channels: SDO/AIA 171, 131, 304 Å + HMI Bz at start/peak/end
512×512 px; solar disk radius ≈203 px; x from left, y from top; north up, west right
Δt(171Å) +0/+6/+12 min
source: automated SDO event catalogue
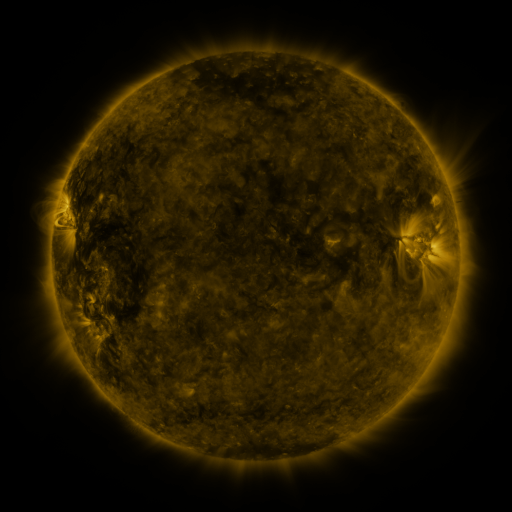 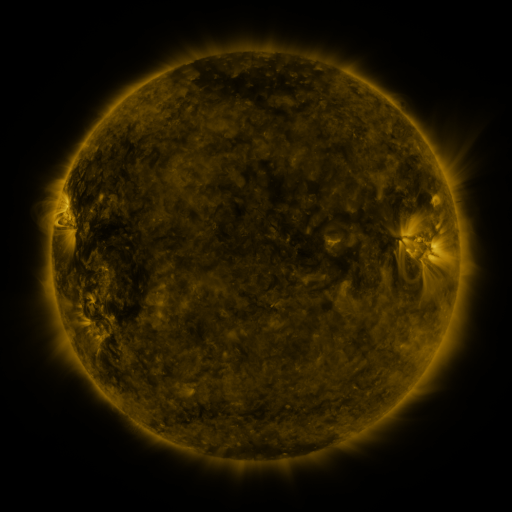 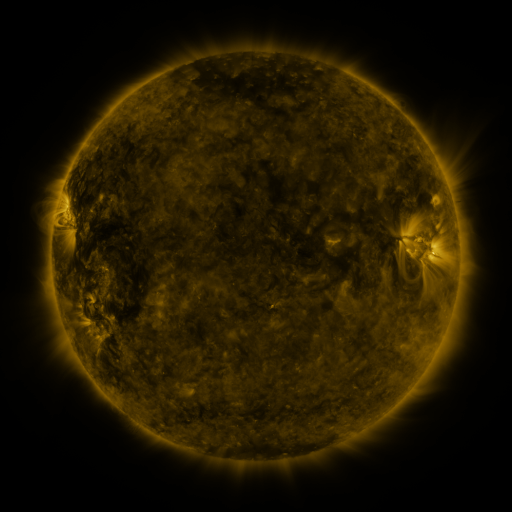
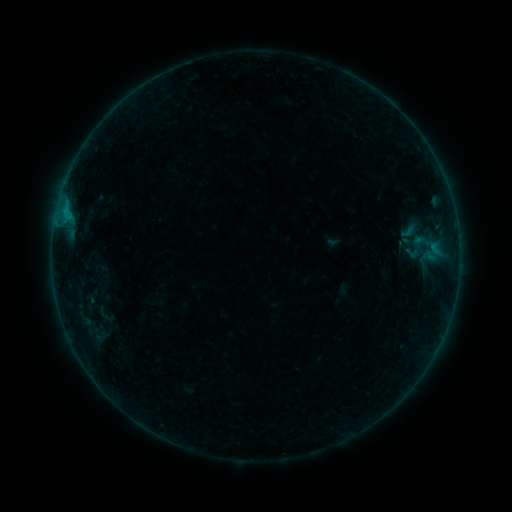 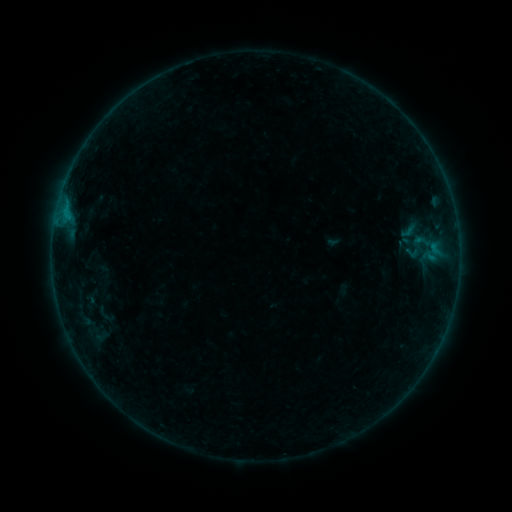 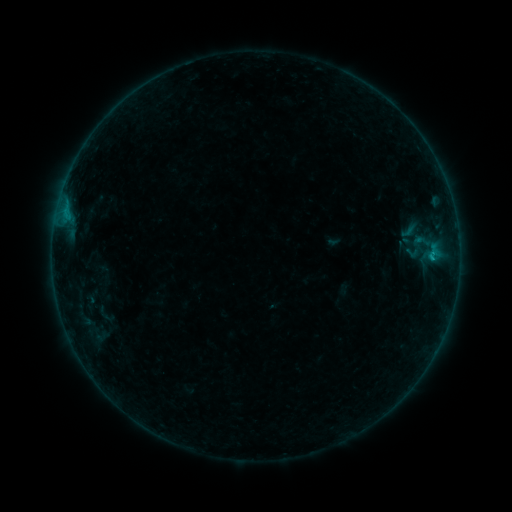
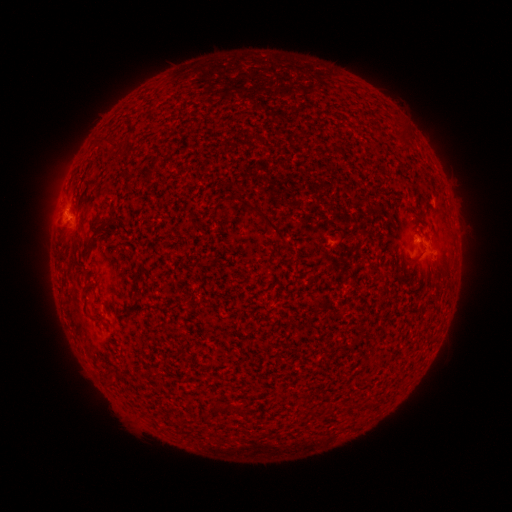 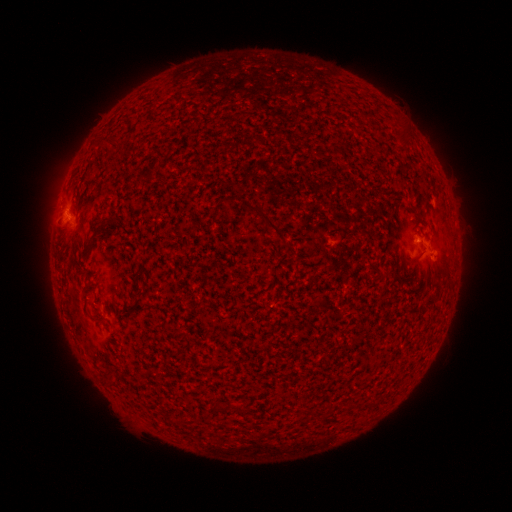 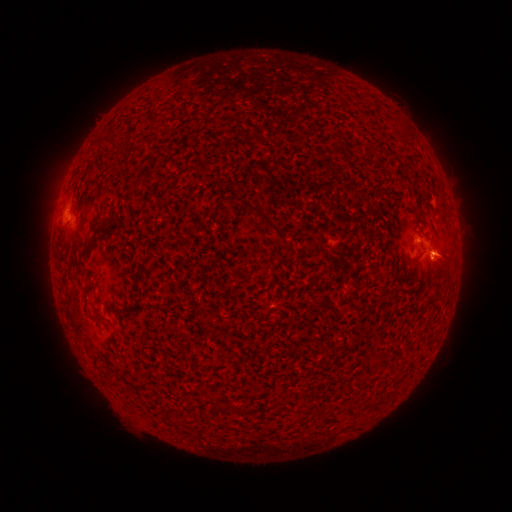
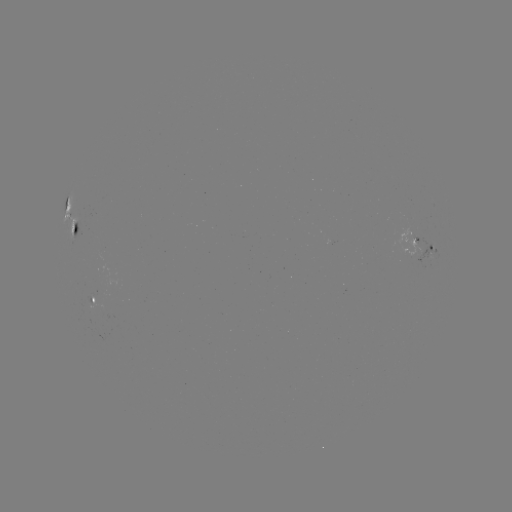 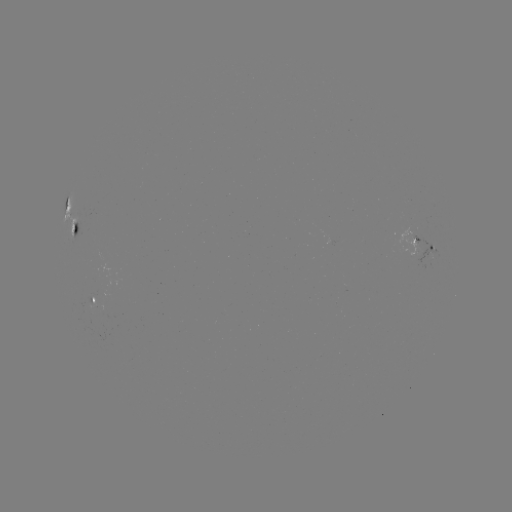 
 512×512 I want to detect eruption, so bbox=[411, 229, 464, 279].